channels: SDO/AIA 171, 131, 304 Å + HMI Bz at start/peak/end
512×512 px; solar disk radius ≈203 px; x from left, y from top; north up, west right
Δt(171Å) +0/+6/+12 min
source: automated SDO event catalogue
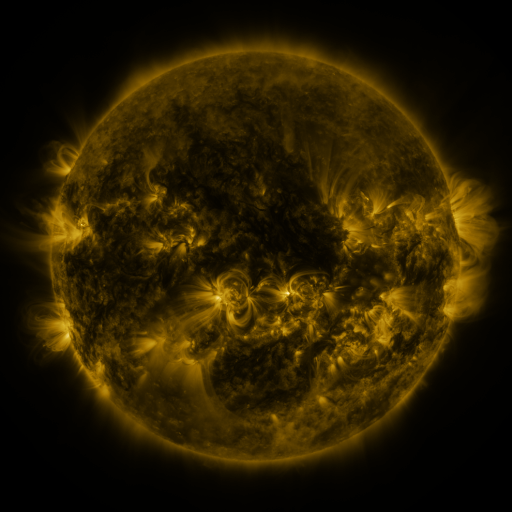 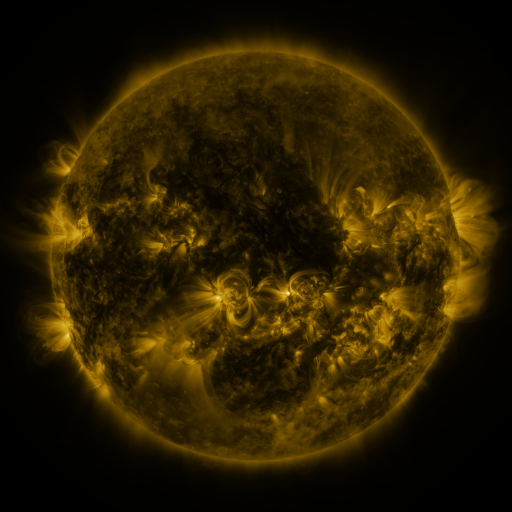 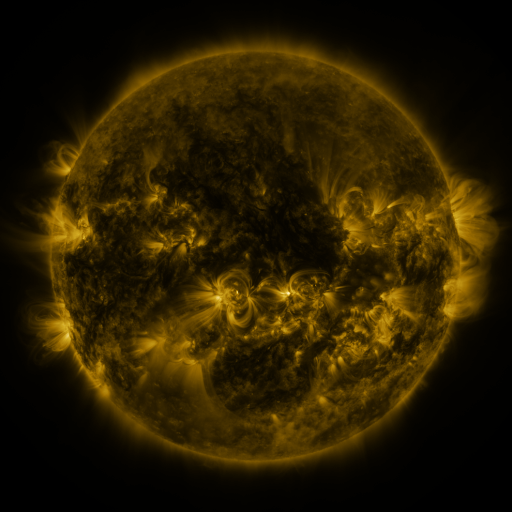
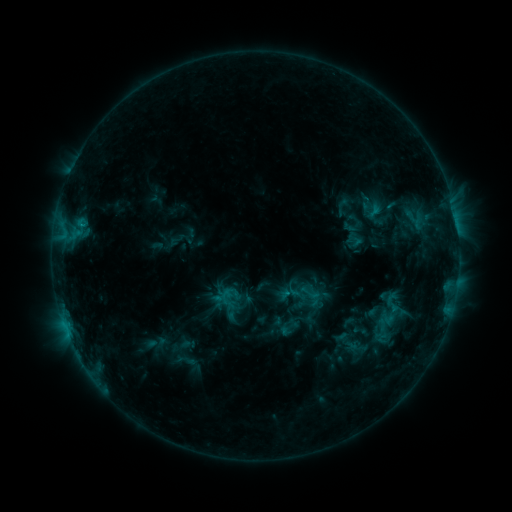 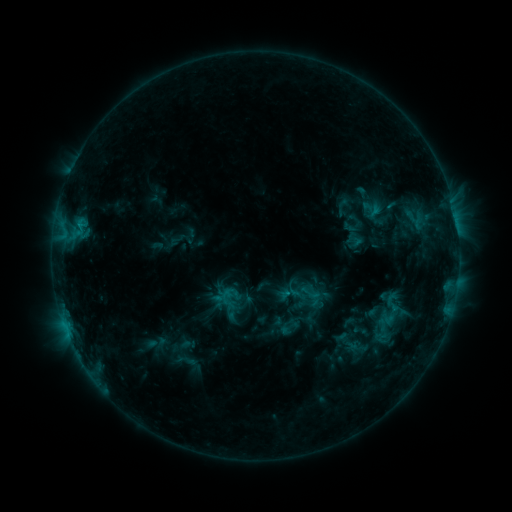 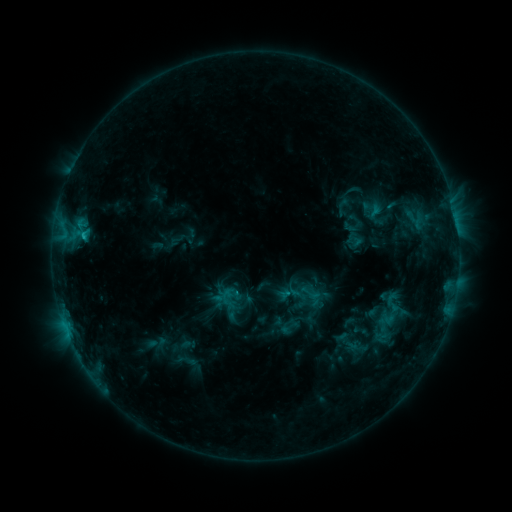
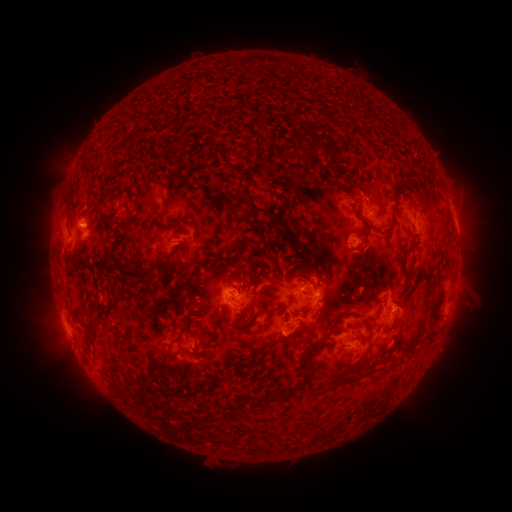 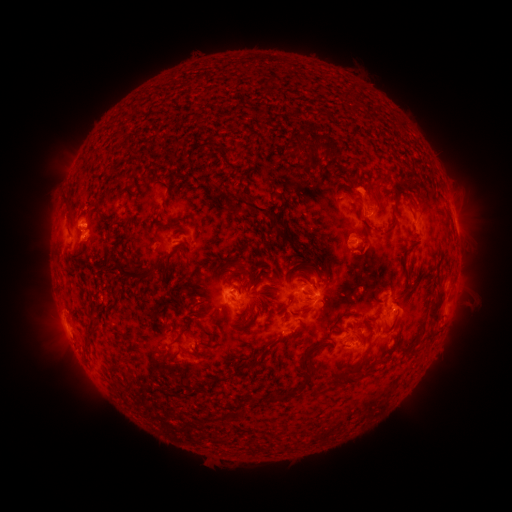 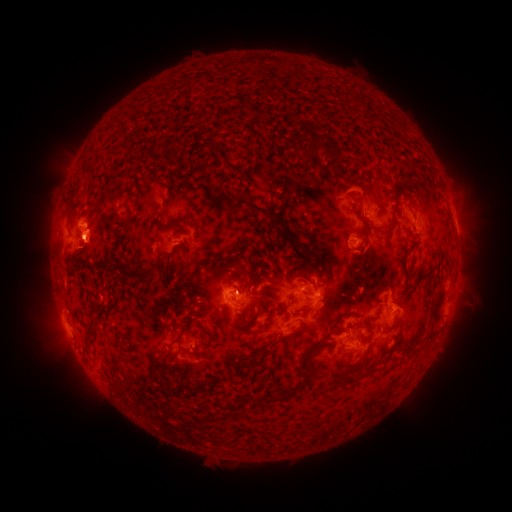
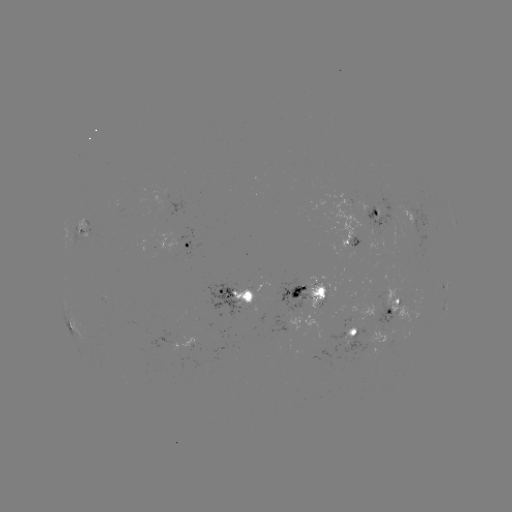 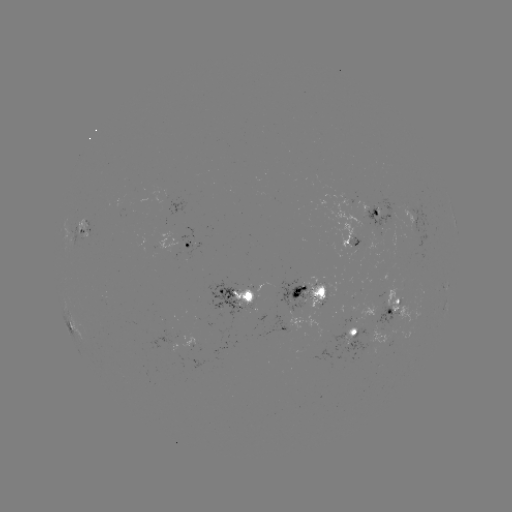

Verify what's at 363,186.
eruption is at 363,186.